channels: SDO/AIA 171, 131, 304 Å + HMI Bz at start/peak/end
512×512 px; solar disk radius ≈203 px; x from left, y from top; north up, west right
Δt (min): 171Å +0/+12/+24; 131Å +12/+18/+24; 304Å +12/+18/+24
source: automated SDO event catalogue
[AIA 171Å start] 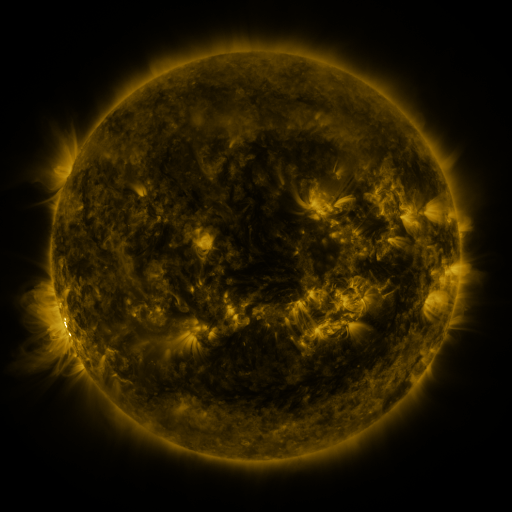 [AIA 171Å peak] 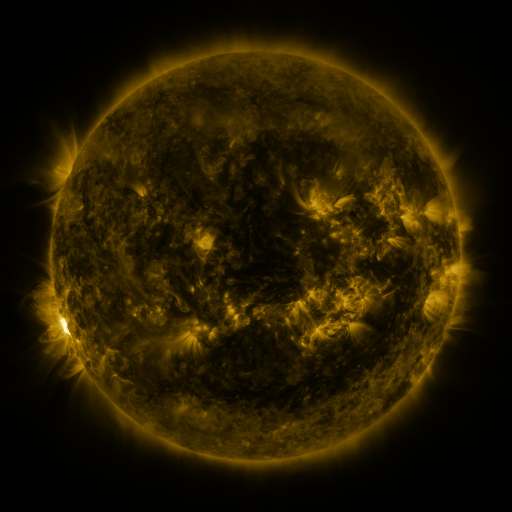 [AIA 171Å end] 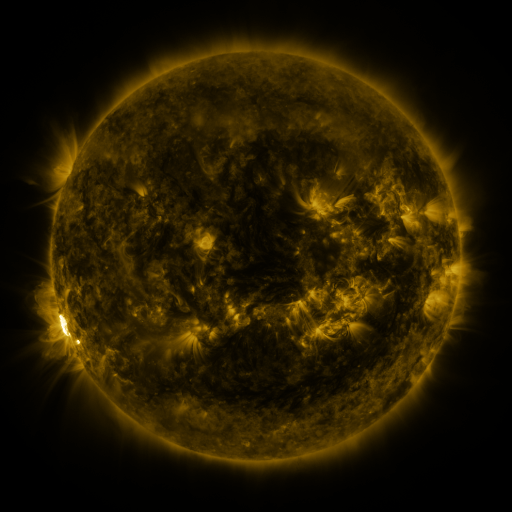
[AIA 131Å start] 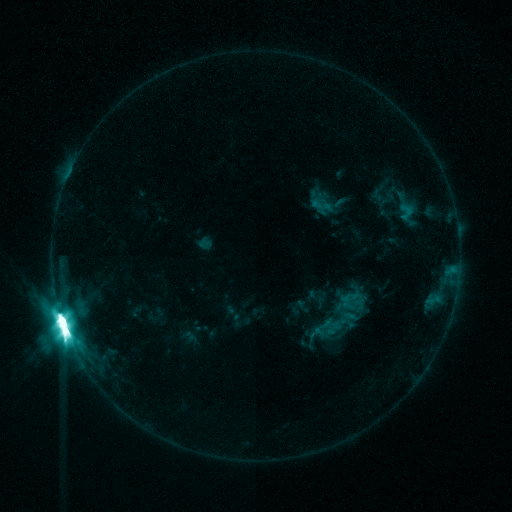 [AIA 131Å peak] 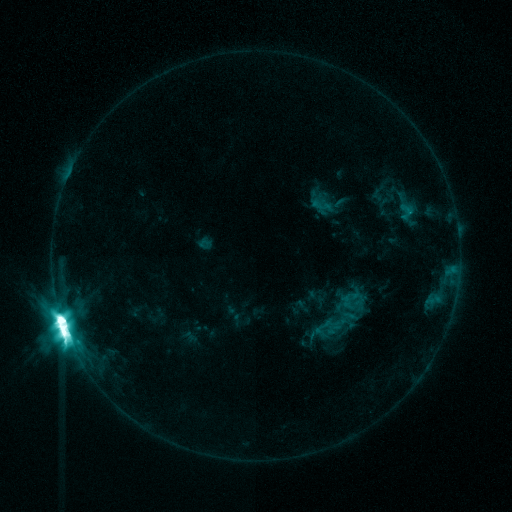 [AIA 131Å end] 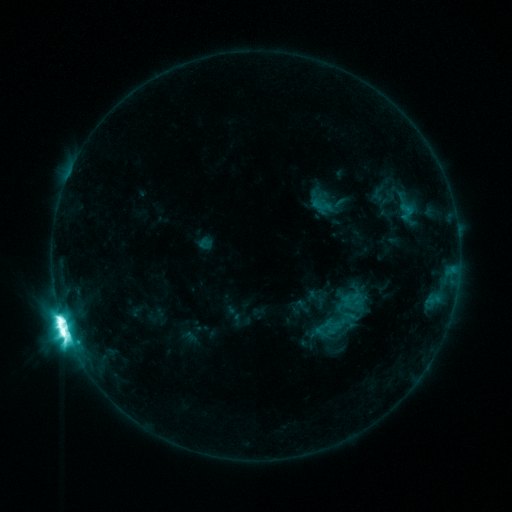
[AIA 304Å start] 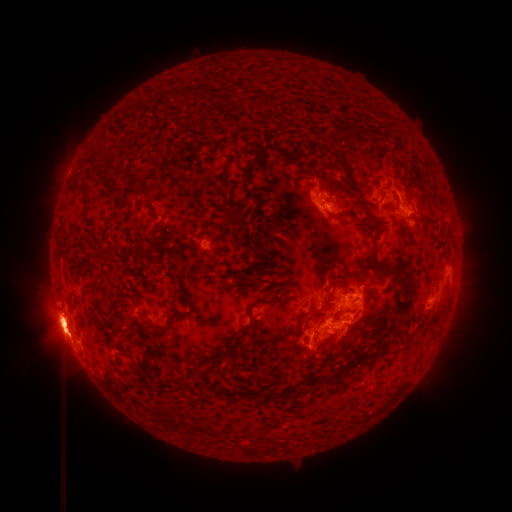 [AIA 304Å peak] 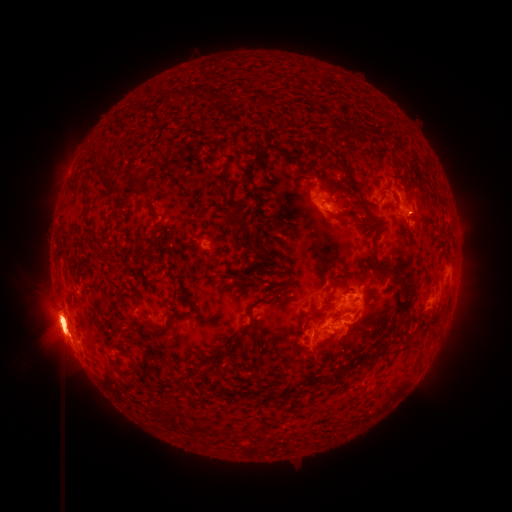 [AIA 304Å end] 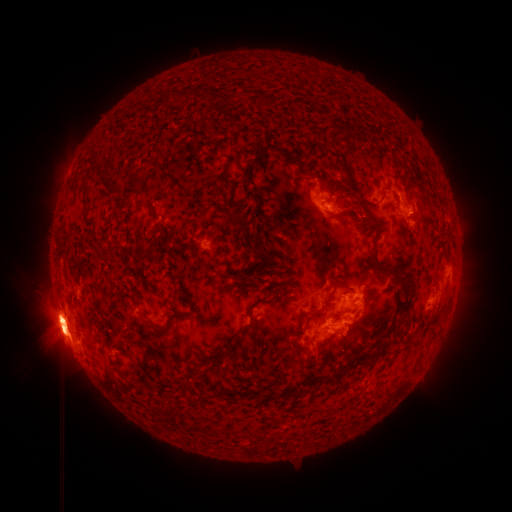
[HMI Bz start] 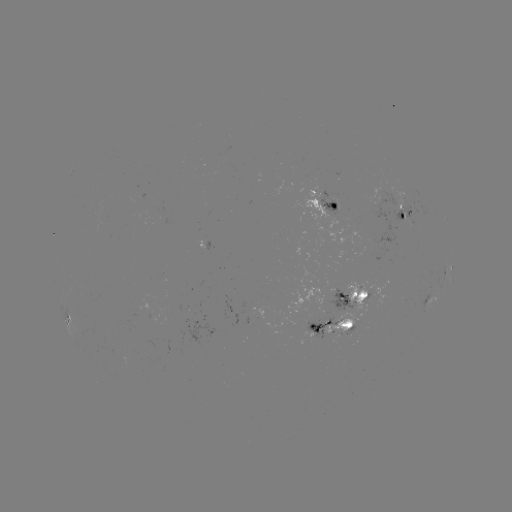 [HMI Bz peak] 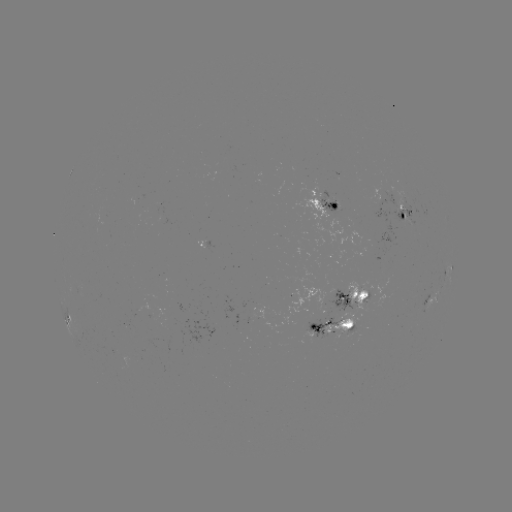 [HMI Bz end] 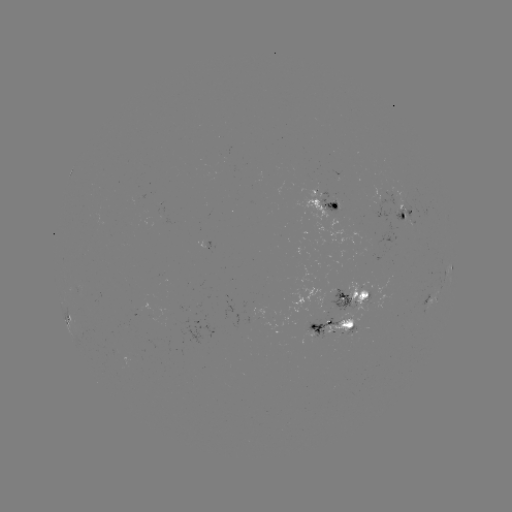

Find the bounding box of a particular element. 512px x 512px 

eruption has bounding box [23, 298, 74, 361].